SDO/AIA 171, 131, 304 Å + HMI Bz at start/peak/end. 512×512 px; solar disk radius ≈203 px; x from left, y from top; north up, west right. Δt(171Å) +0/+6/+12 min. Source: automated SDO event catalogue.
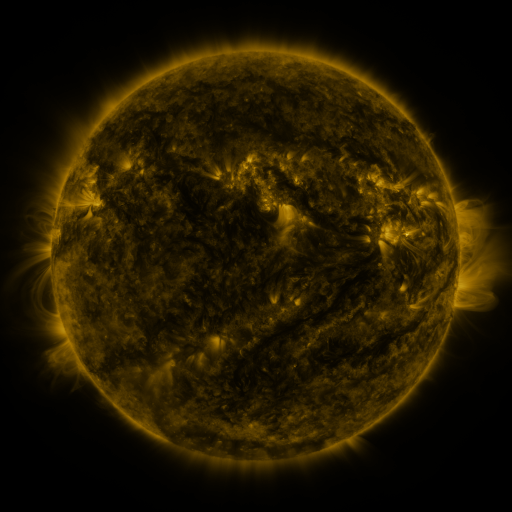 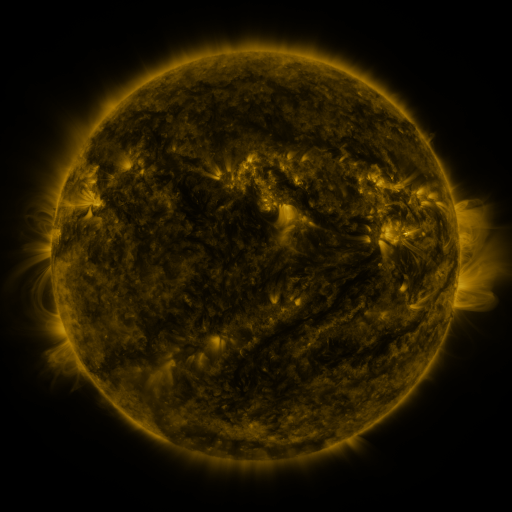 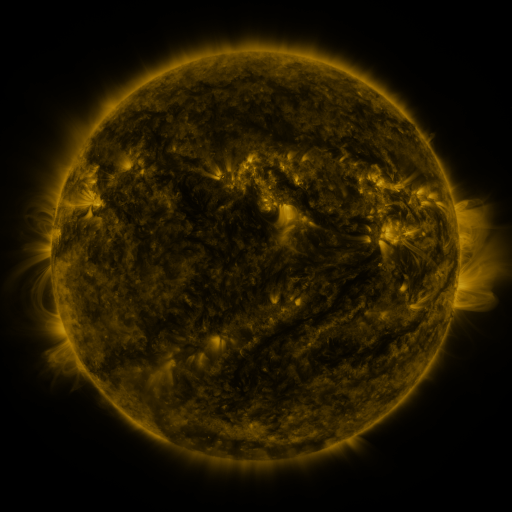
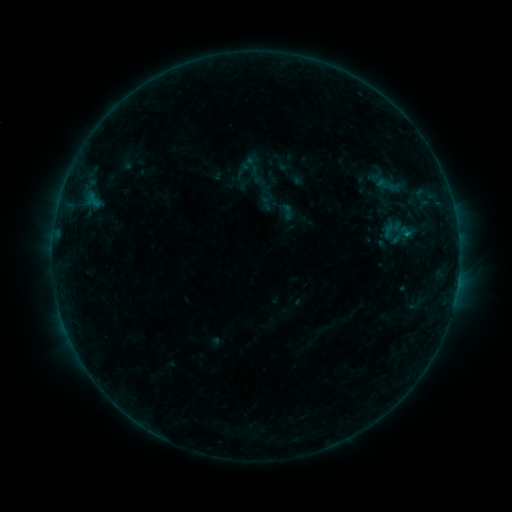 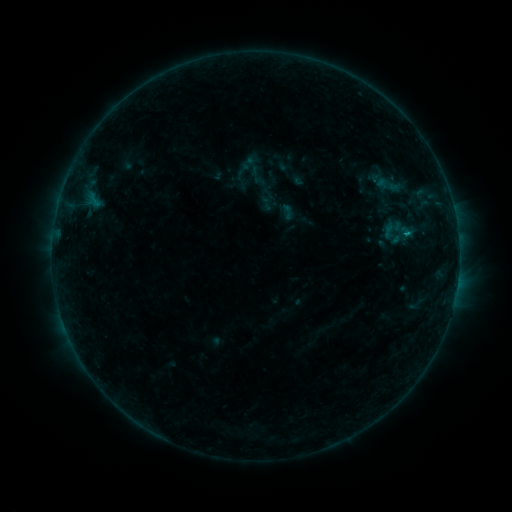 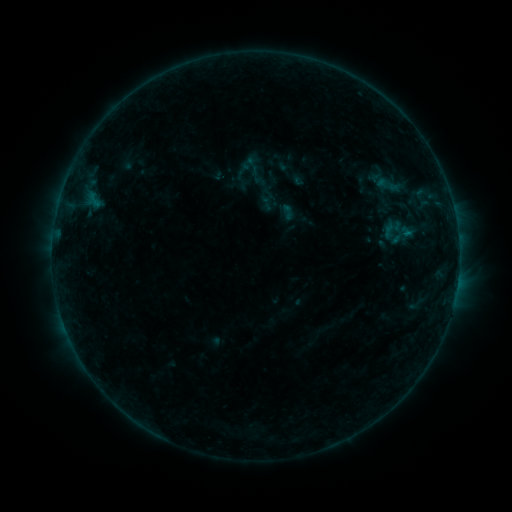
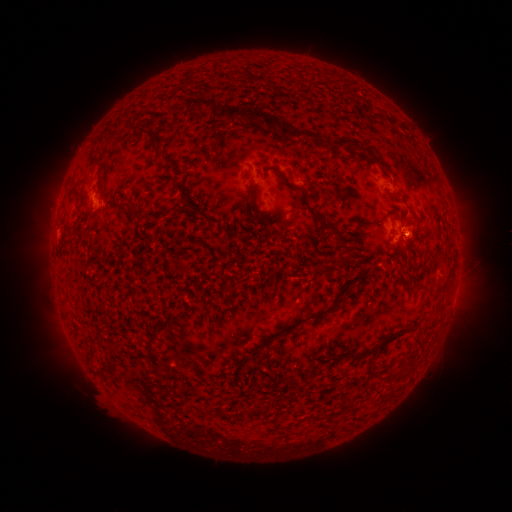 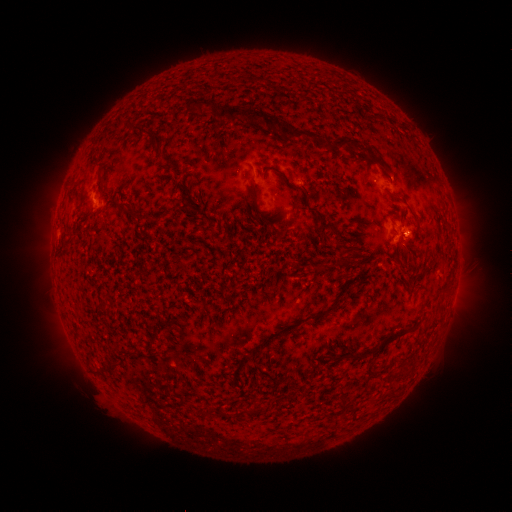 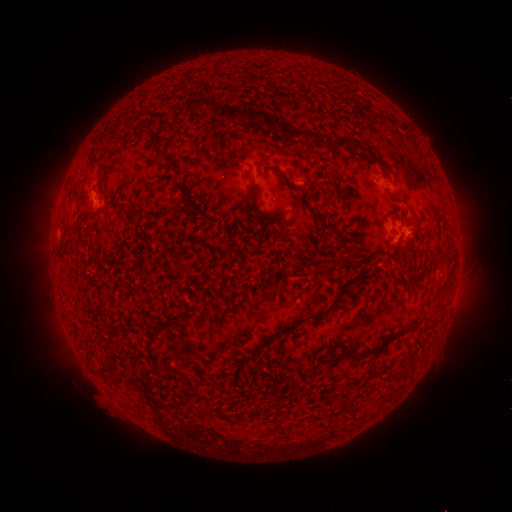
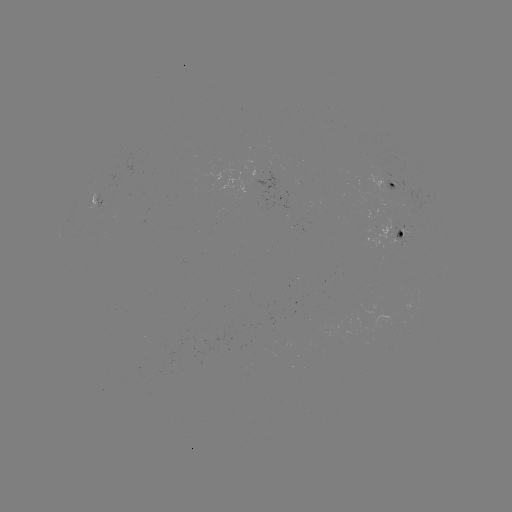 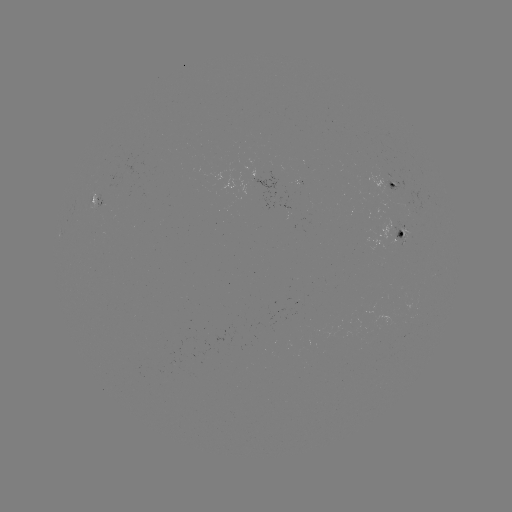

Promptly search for B5.1 flare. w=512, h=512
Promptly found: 404,234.